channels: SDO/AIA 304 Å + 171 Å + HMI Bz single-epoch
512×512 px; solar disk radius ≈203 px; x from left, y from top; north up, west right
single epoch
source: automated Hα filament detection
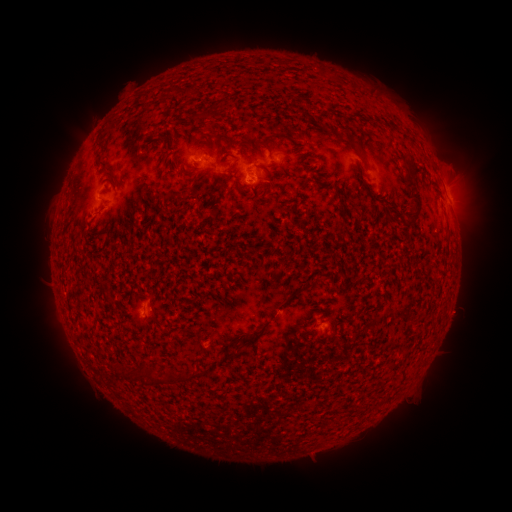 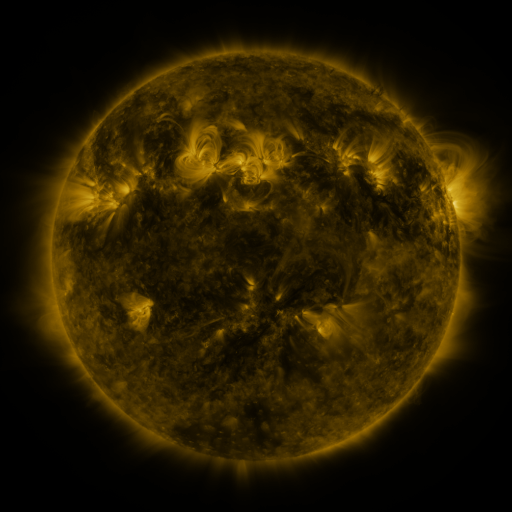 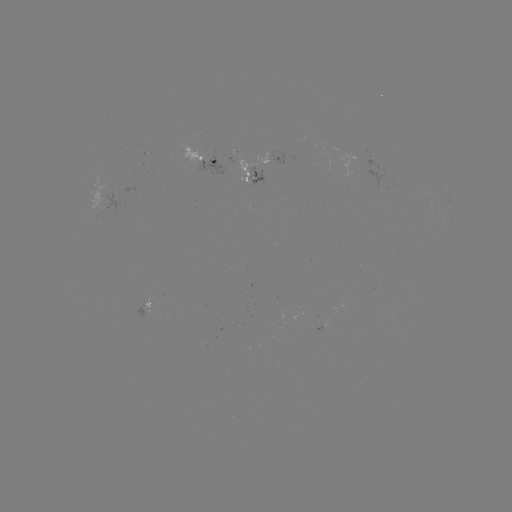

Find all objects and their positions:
filament: <bbox>218, 133, 233, 144</bbox>
filament: <bbox>346, 135, 360, 147</bbox>
filament: <bbox>98, 158, 115, 171</bbox>
filament: <bbox>223, 178, 231, 187</bbox>
filament: <bbox>406, 182, 419, 191</bbox>
filament: <bbox>401, 193, 423, 231</bbox>
filament: <bbox>386, 213, 397, 227</bbox>
filament: <bbox>239, 320, 271, 344</bbox>
filament: <bbox>137, 365, 156, 385</bbox>
filament: <bbox>166, 368, 201, 381</bbox>
